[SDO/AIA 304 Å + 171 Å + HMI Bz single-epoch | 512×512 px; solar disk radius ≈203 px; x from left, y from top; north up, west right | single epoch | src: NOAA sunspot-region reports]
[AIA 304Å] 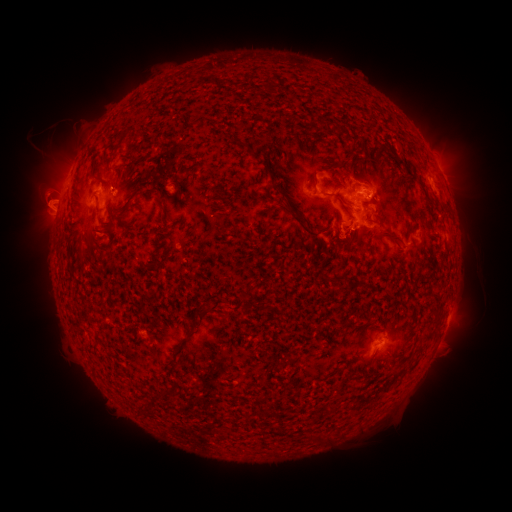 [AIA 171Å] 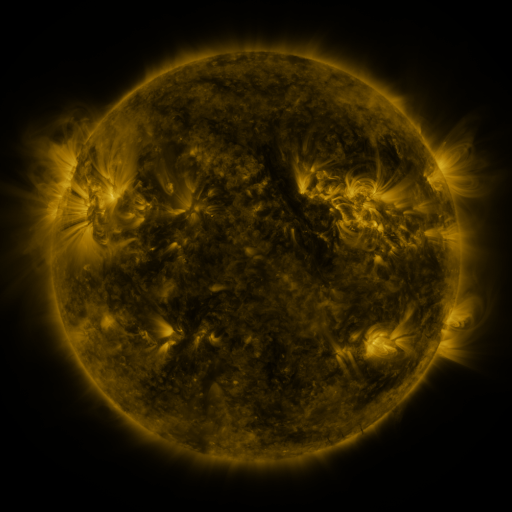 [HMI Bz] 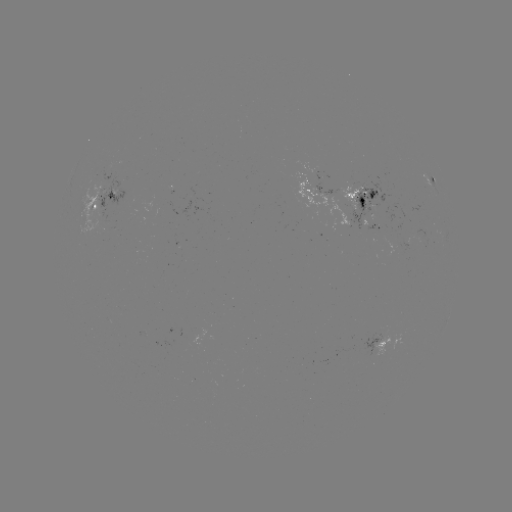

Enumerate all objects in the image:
spotted active region: (433, 180)
spotted active region: (306, 185)
spotted active region: (363, 195)
spotted active region: (104, 204)
spotted active region: (371, 223)
spotted active region: (379, 343)
